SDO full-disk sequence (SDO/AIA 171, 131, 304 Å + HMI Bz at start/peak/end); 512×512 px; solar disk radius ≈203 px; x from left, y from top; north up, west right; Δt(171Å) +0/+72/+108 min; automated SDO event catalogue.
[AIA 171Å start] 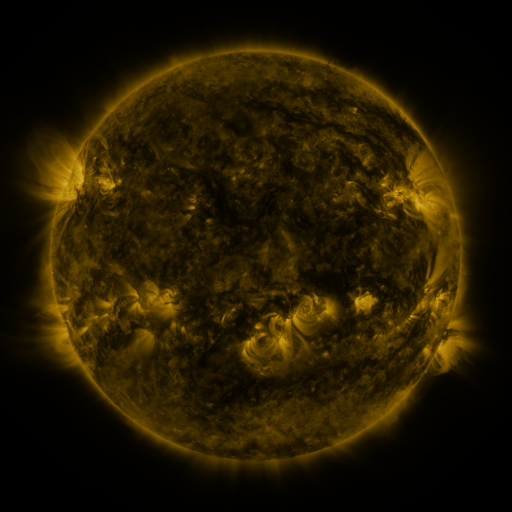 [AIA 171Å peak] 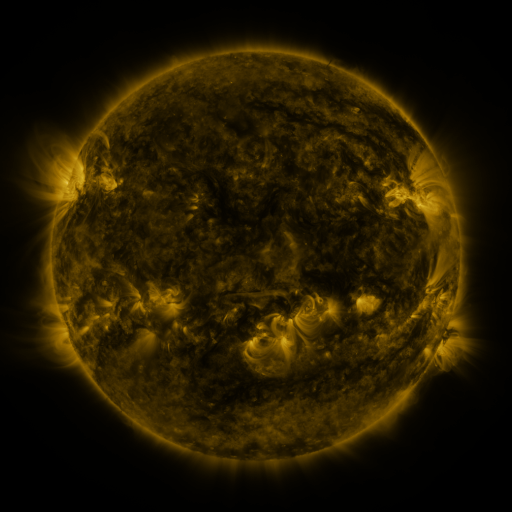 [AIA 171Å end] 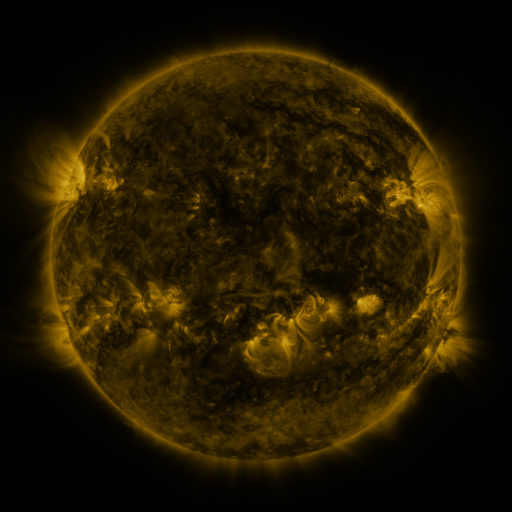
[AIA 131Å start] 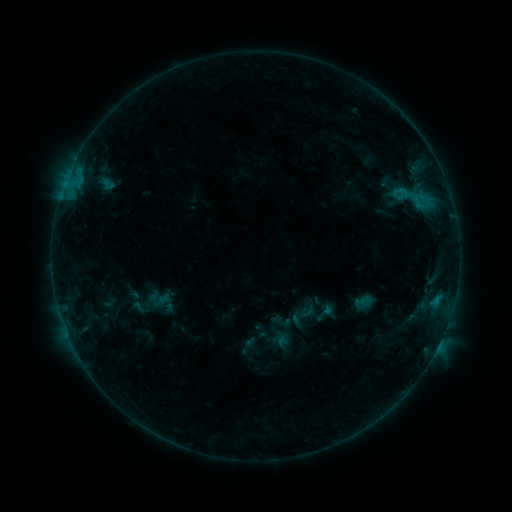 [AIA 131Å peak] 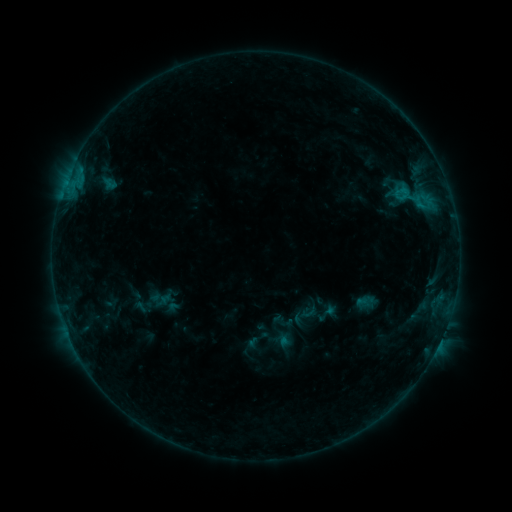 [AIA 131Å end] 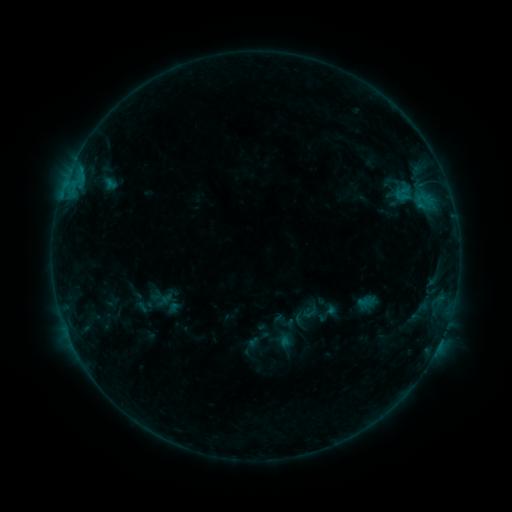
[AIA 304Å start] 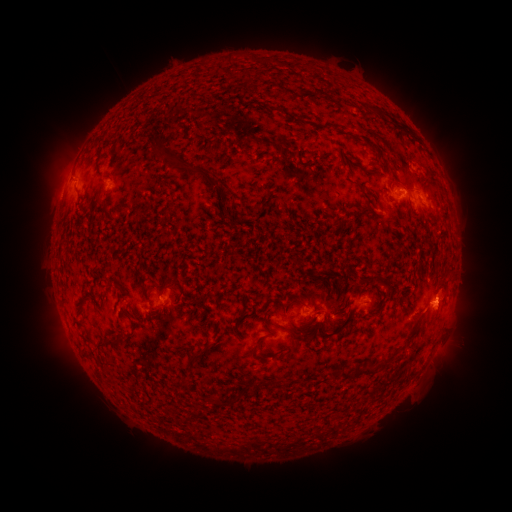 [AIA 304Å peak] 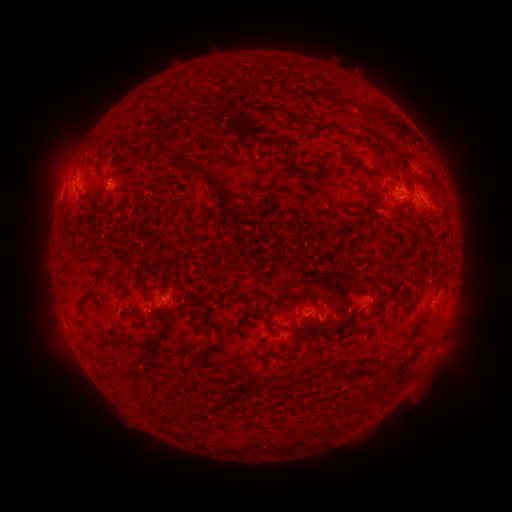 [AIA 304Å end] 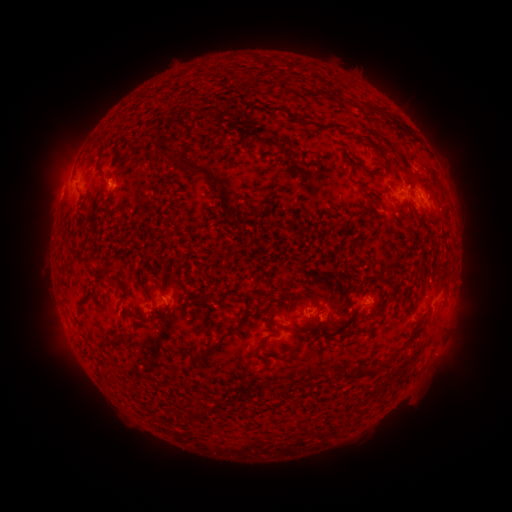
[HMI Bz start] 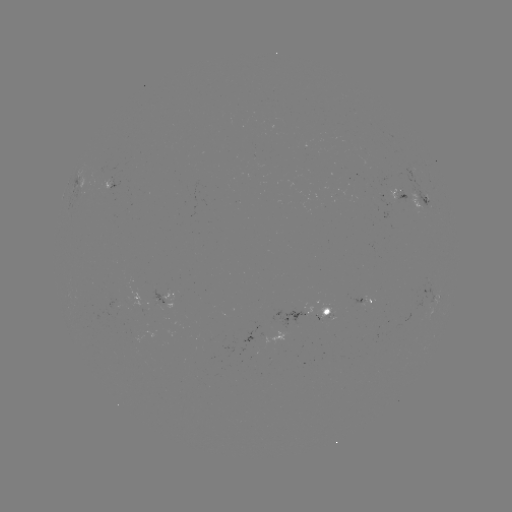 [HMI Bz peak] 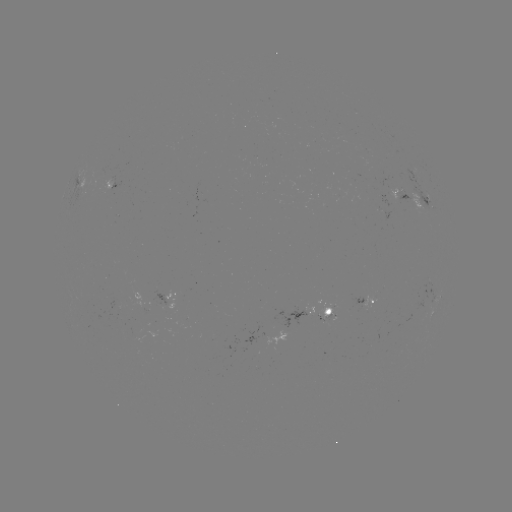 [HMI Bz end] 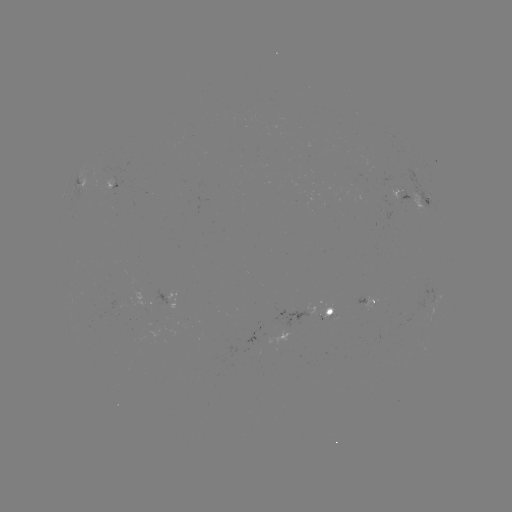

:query emerging-flux region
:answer [142, 303]